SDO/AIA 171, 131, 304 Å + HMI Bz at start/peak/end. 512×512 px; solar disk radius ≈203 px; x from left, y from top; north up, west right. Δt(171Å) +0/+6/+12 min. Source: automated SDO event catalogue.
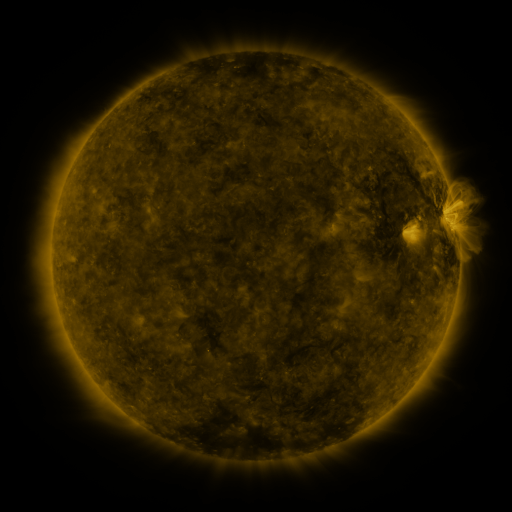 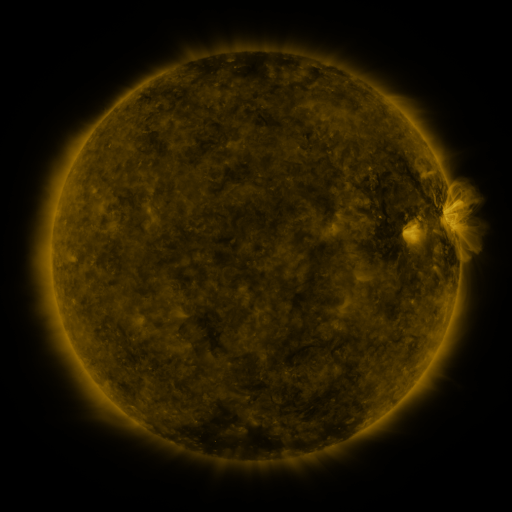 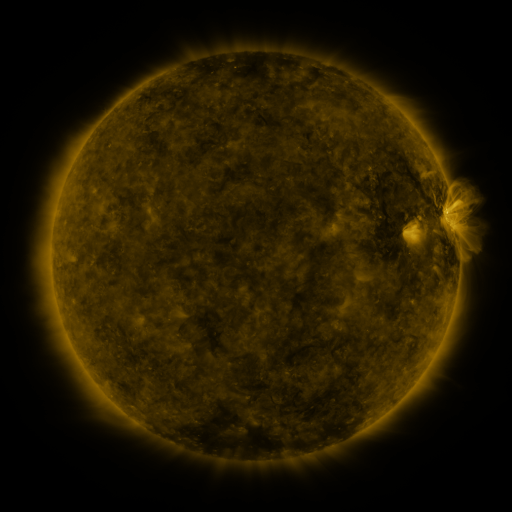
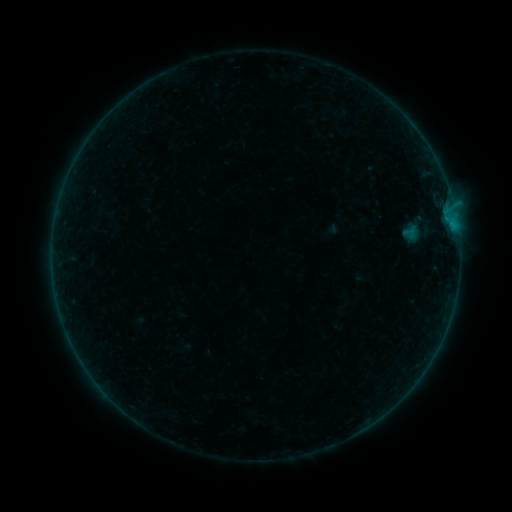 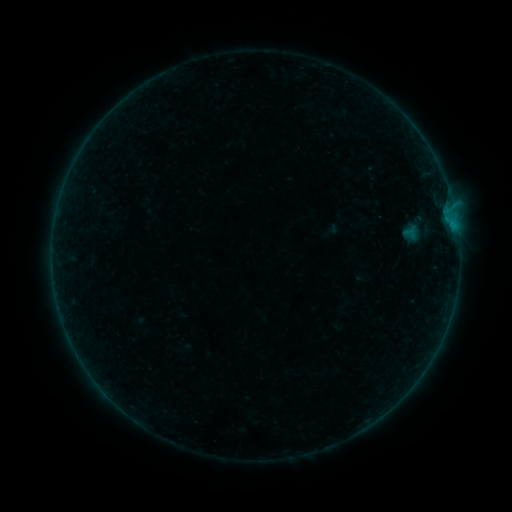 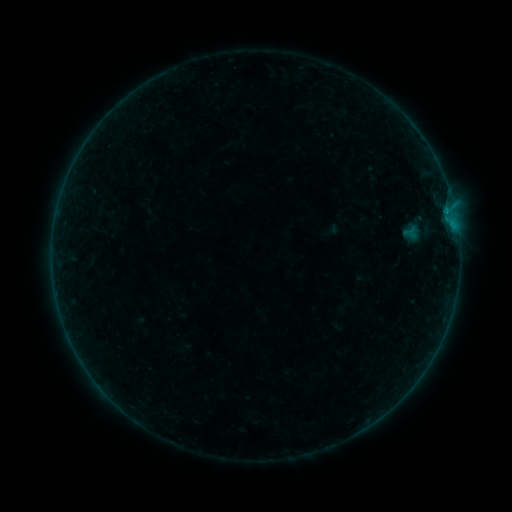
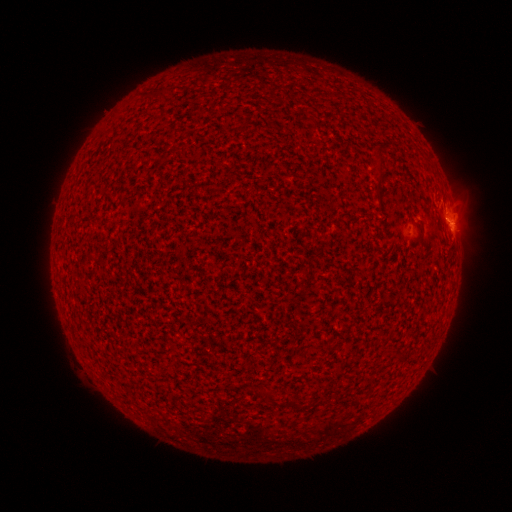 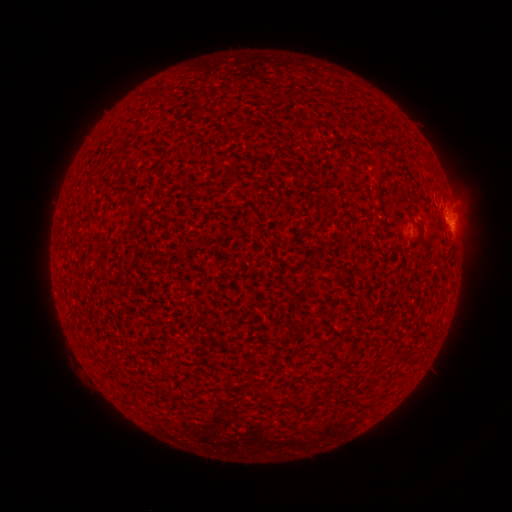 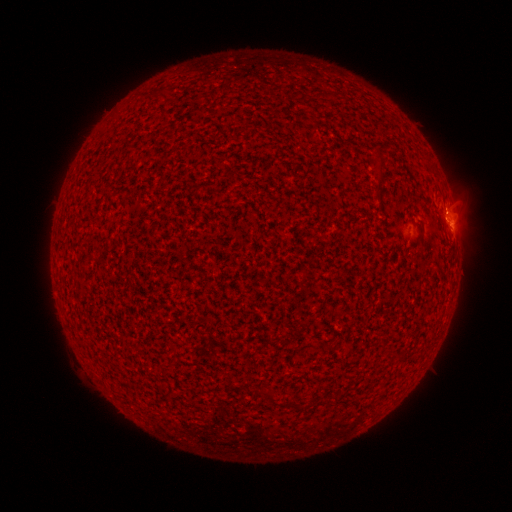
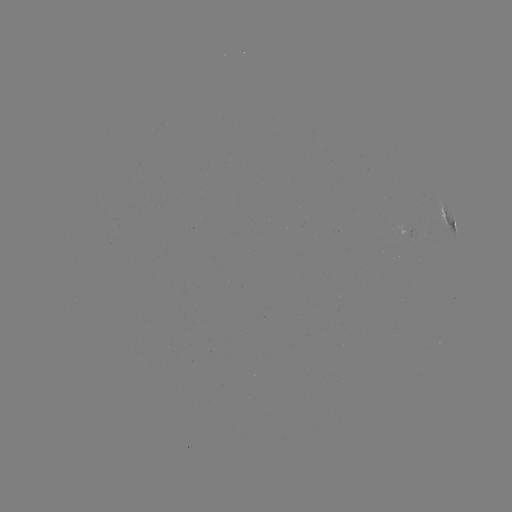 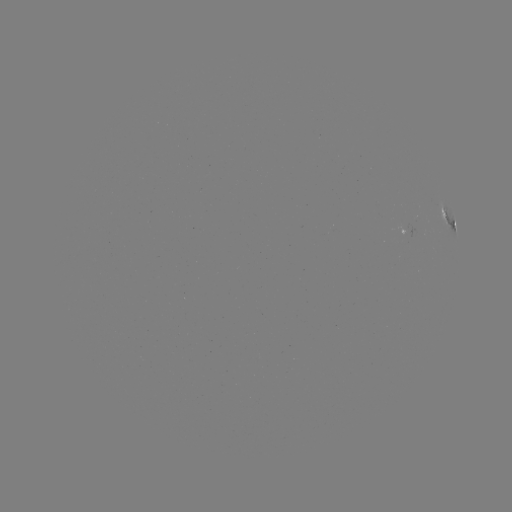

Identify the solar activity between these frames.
B2.1 flare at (445, 210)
